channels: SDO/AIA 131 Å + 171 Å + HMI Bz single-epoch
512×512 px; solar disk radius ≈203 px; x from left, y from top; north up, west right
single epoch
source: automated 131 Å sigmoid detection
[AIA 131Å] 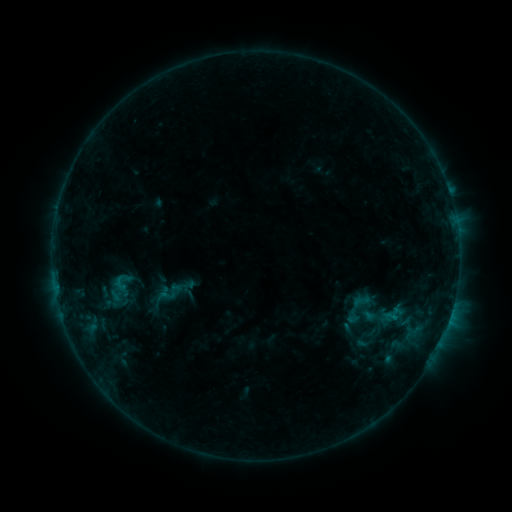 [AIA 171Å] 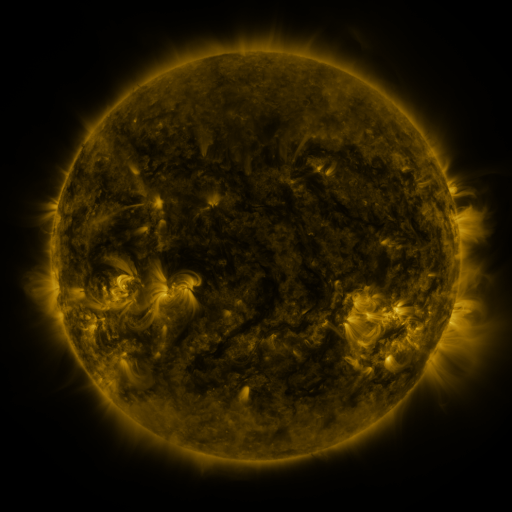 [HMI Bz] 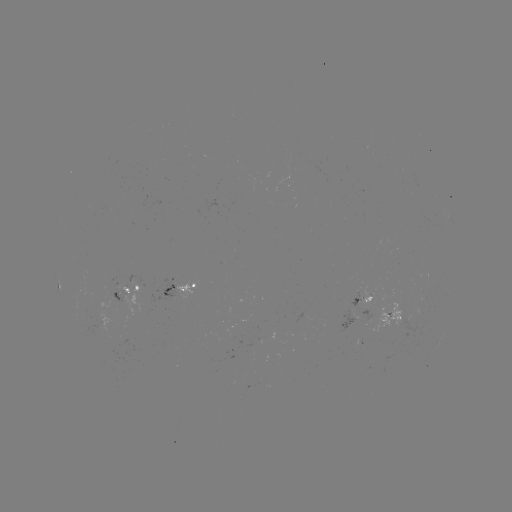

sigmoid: (355, 333, 372, 352)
